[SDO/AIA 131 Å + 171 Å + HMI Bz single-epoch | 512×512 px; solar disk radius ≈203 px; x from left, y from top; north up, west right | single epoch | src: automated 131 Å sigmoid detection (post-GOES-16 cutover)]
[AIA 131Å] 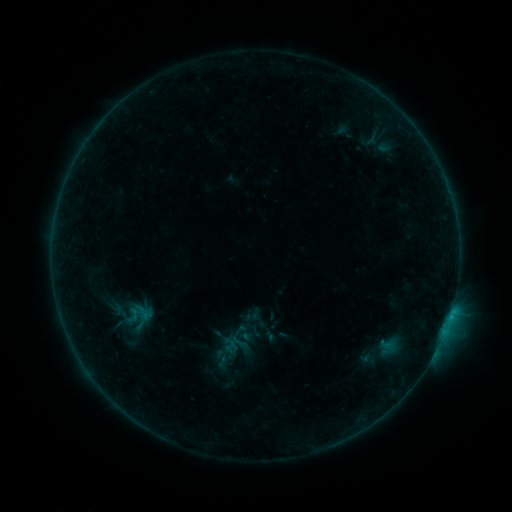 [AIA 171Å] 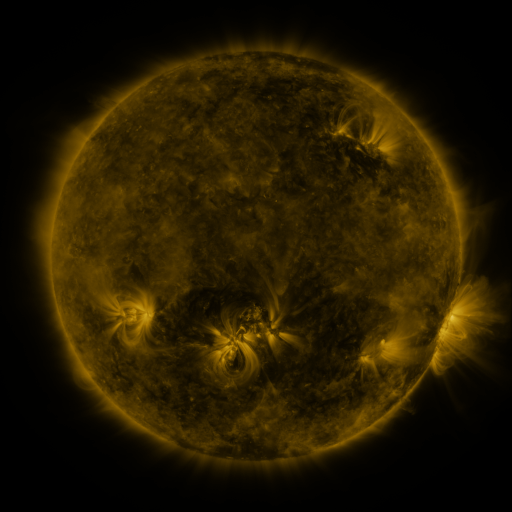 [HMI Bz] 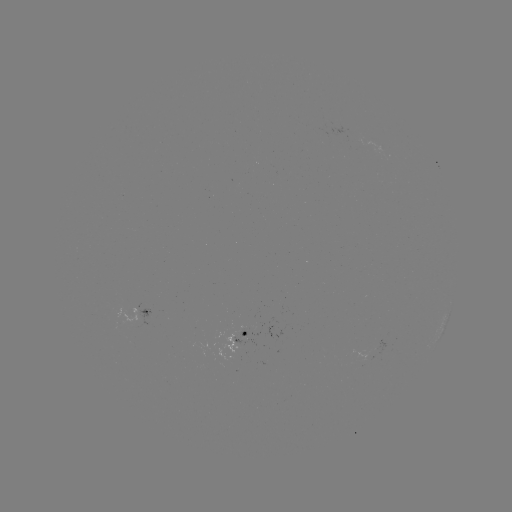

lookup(sigmoid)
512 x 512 [236, 337]